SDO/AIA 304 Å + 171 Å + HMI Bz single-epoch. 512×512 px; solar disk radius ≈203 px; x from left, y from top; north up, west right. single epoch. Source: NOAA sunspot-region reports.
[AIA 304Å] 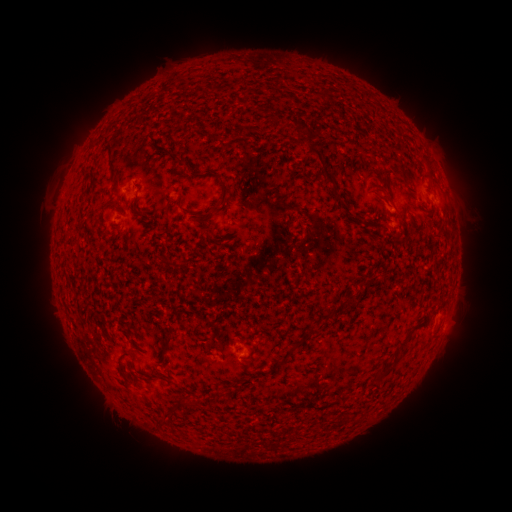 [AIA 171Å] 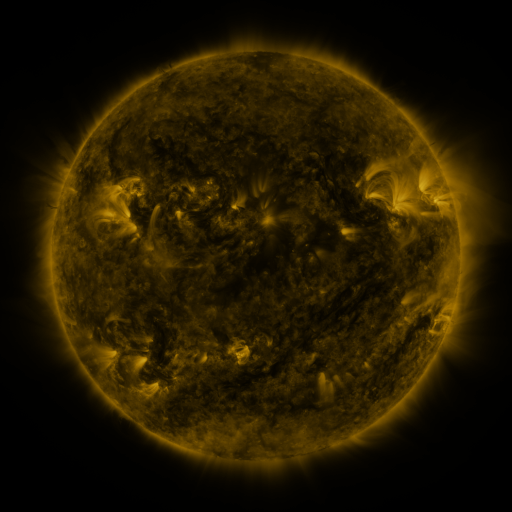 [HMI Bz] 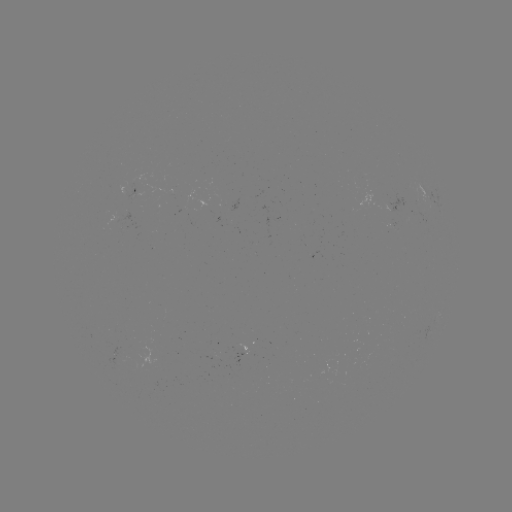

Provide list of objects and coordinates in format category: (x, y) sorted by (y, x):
spotted active region: (132, 192)
spotted active region: (246, 353)
